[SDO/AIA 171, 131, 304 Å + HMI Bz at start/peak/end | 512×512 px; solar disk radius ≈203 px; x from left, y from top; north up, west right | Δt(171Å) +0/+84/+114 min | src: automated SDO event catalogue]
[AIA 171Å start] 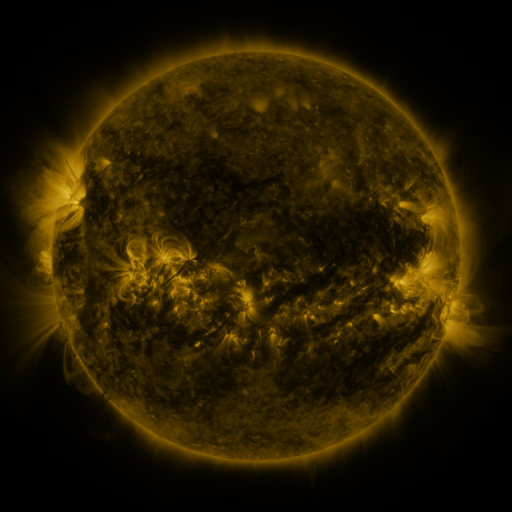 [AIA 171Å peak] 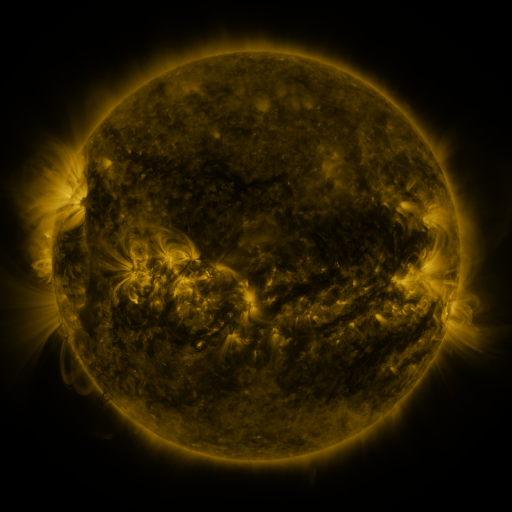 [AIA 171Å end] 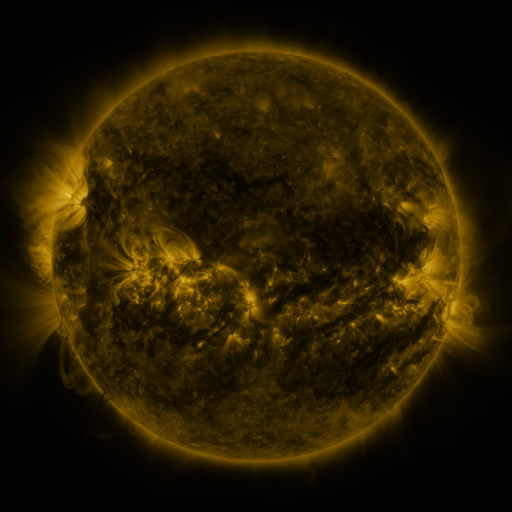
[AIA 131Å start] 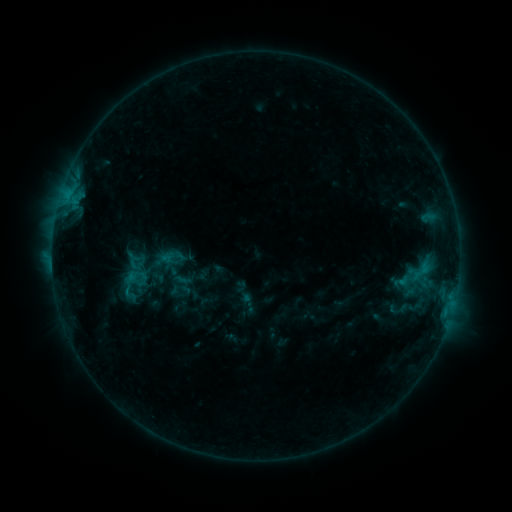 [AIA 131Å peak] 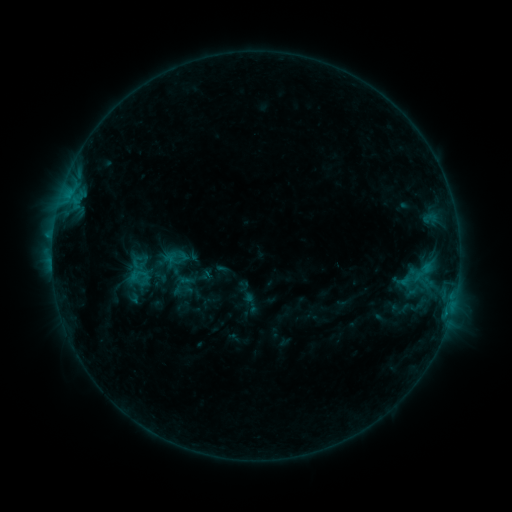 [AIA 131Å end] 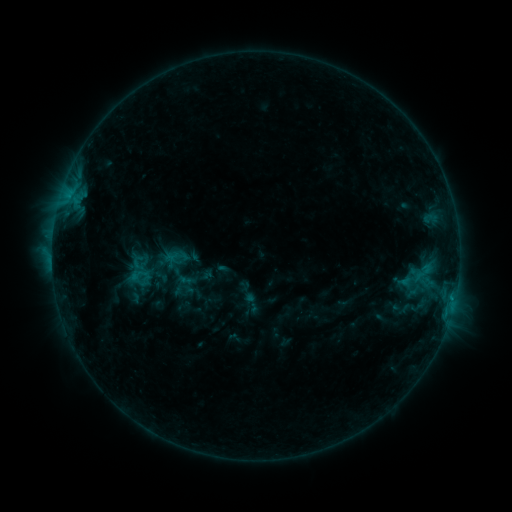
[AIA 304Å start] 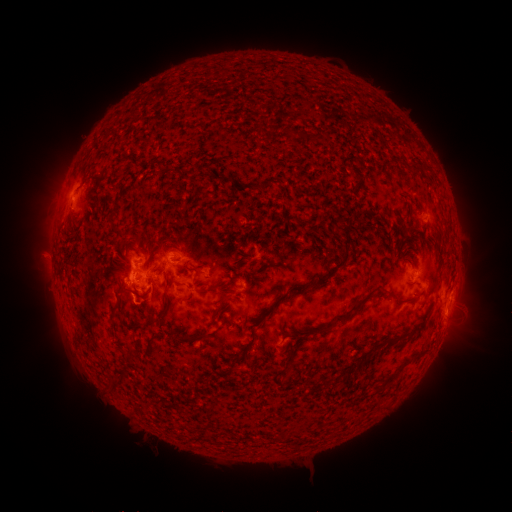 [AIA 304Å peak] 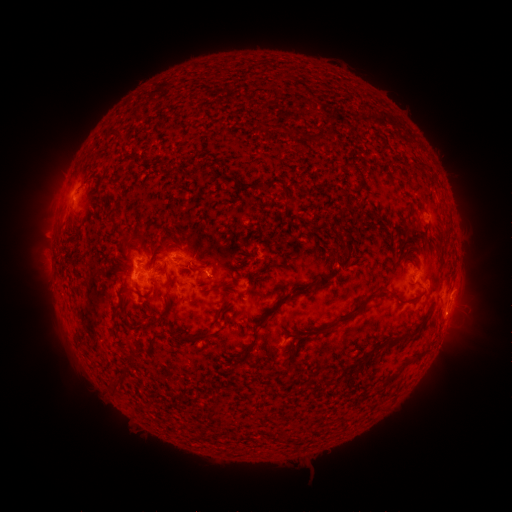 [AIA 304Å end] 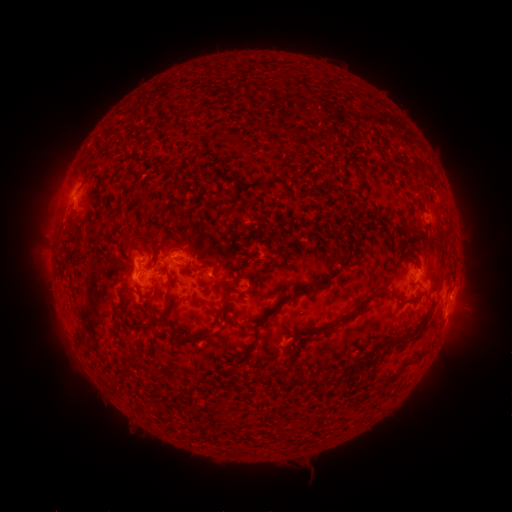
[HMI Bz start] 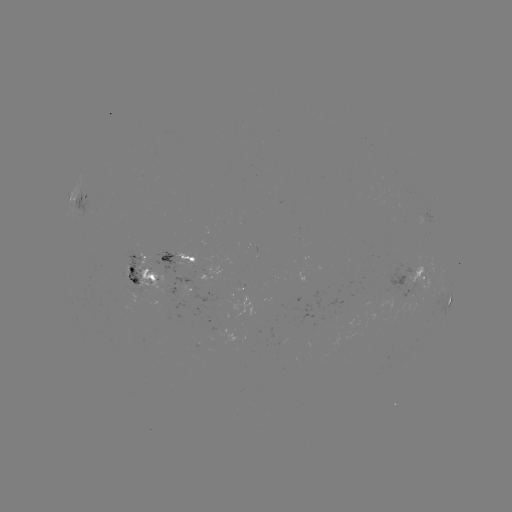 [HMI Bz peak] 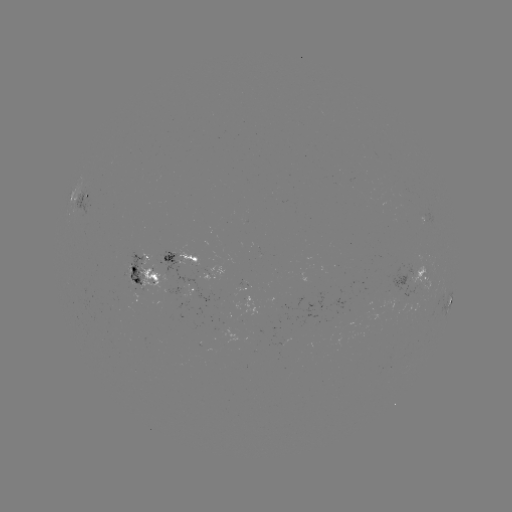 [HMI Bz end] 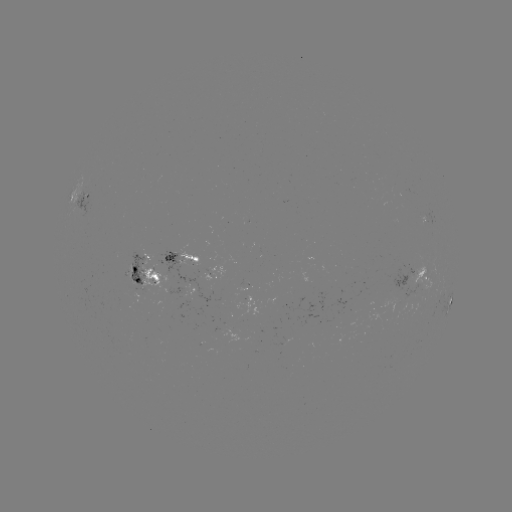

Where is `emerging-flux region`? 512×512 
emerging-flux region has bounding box [153, 250, 216, 302].